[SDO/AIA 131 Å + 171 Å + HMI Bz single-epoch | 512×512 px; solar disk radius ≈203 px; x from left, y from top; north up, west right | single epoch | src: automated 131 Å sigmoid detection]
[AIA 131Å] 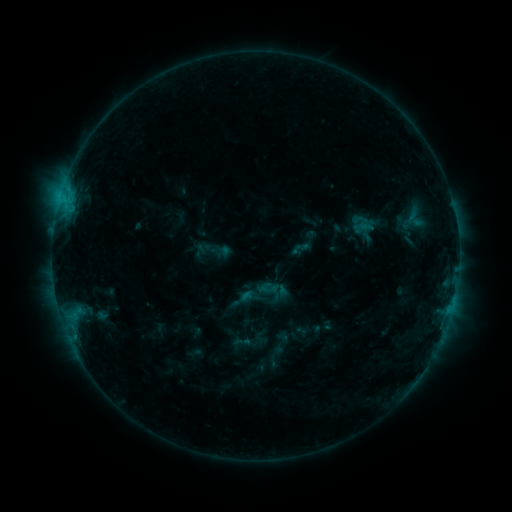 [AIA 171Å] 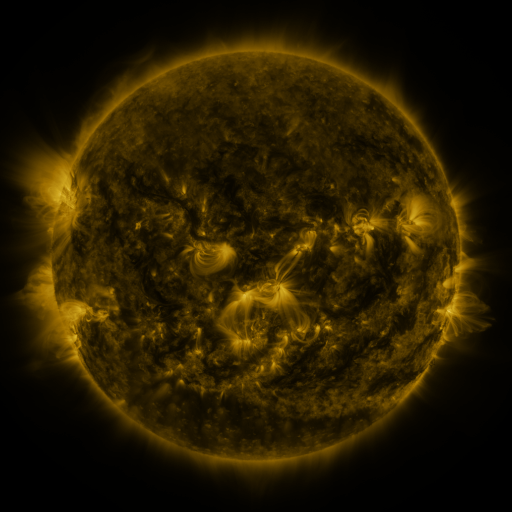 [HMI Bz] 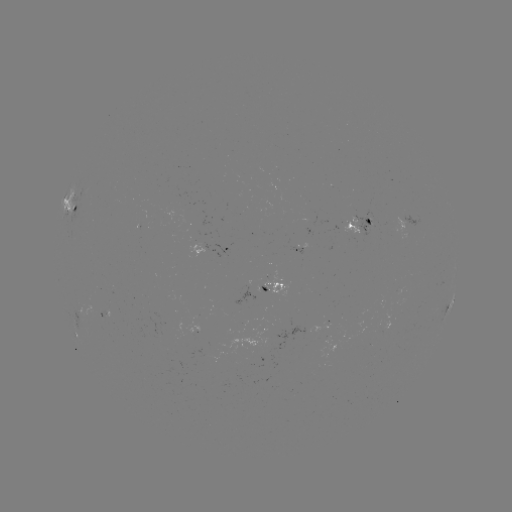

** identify sigmoid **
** (300, 249) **